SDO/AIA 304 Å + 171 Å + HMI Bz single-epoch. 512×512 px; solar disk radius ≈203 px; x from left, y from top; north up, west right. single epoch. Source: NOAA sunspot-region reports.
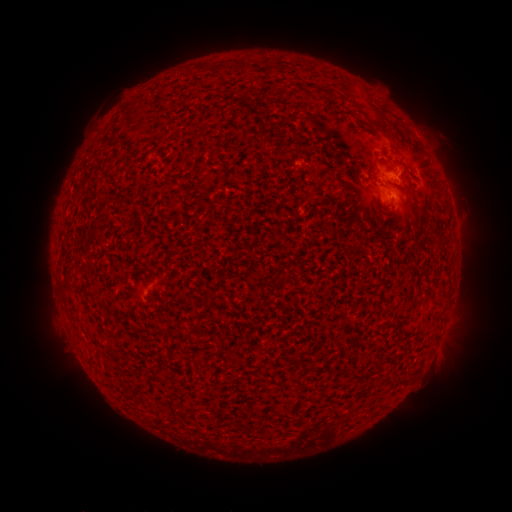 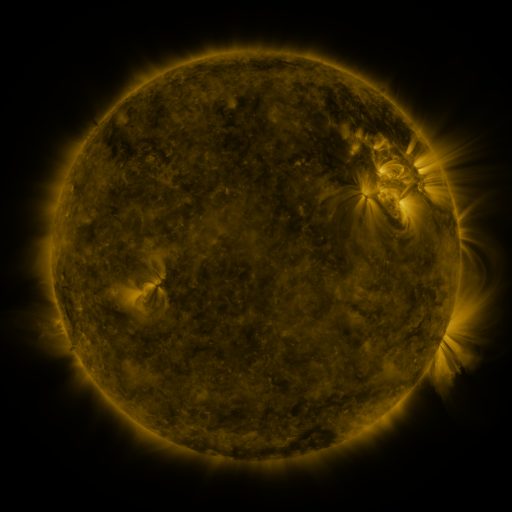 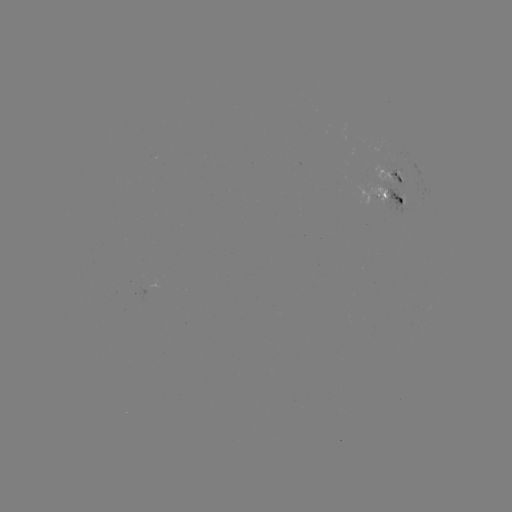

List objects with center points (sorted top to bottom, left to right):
spotted active region: (396, 180)
spotted active region: (389, 199)
